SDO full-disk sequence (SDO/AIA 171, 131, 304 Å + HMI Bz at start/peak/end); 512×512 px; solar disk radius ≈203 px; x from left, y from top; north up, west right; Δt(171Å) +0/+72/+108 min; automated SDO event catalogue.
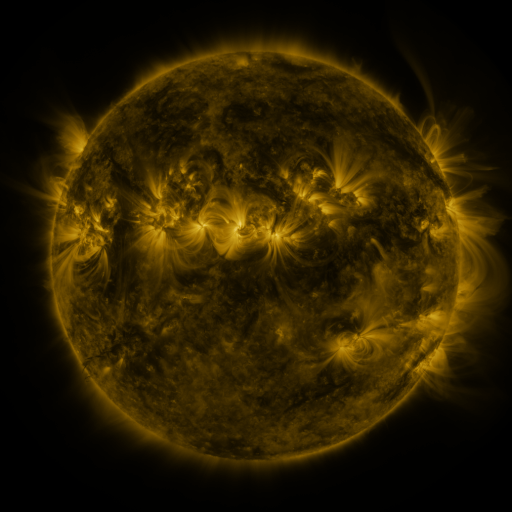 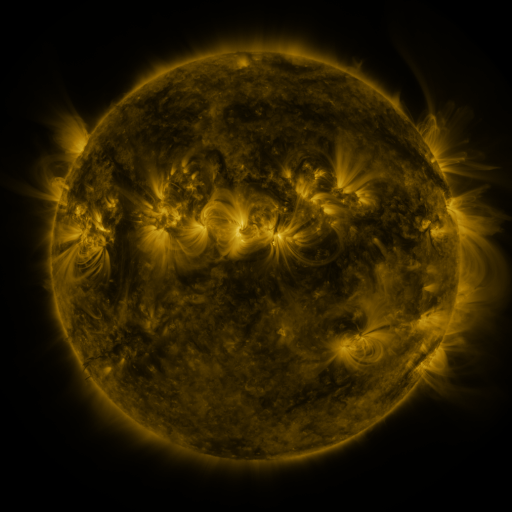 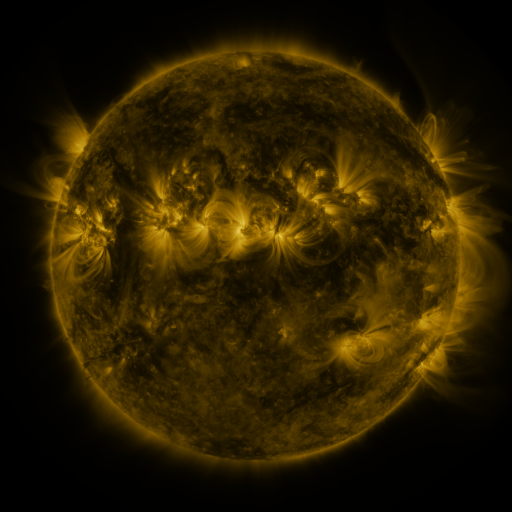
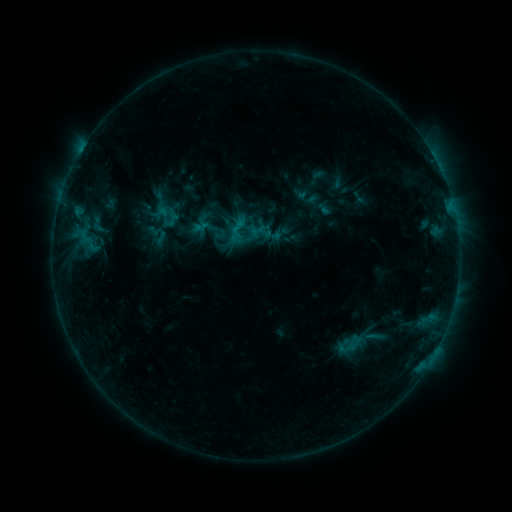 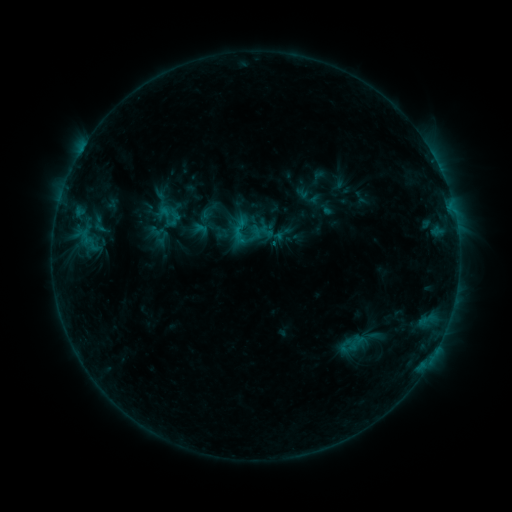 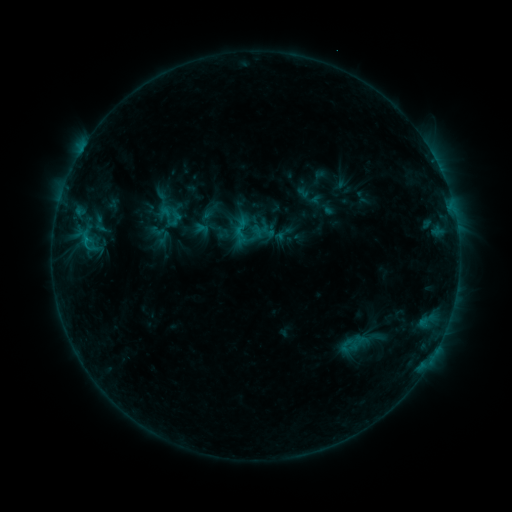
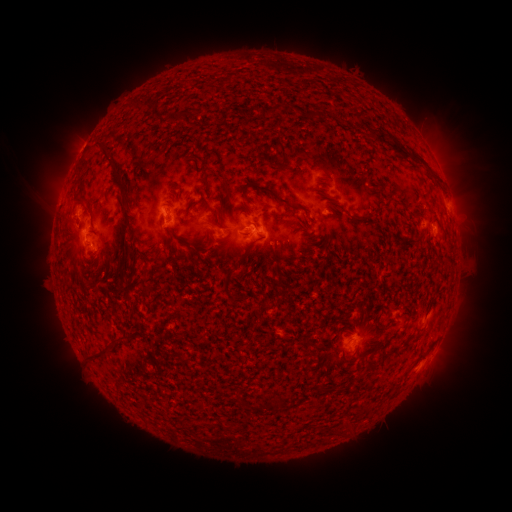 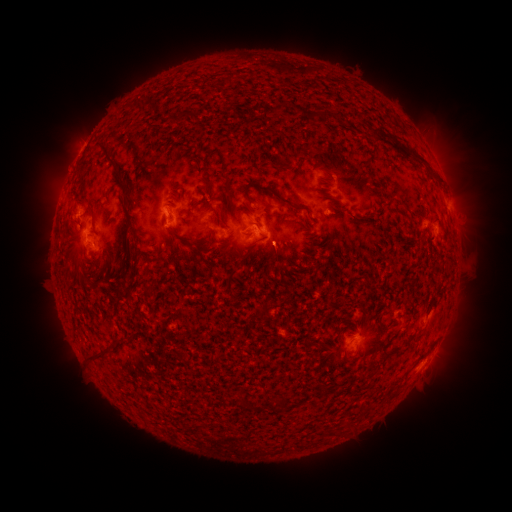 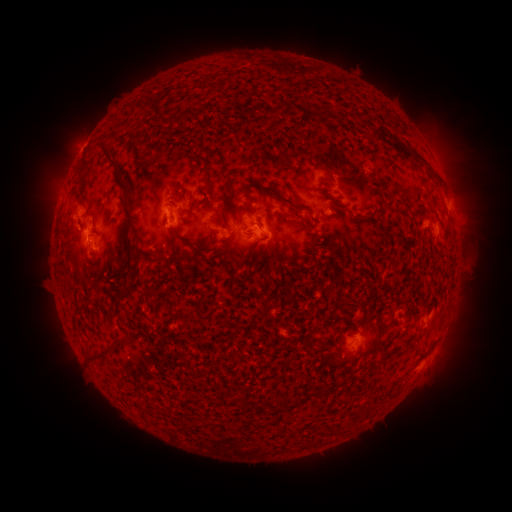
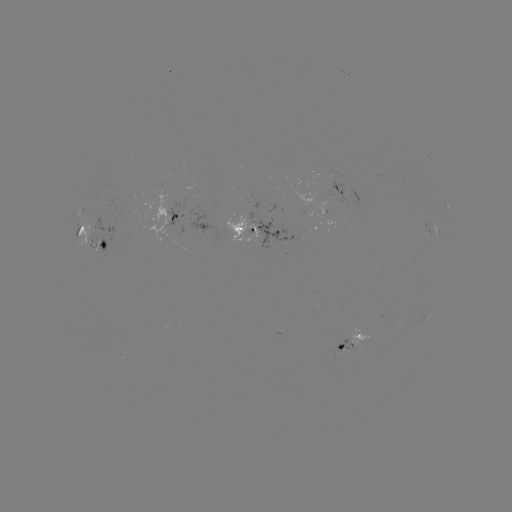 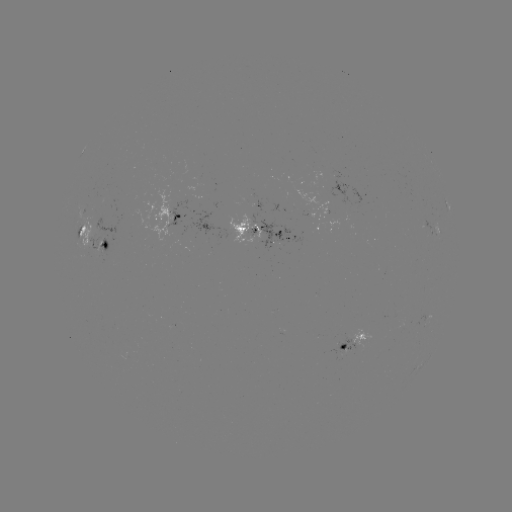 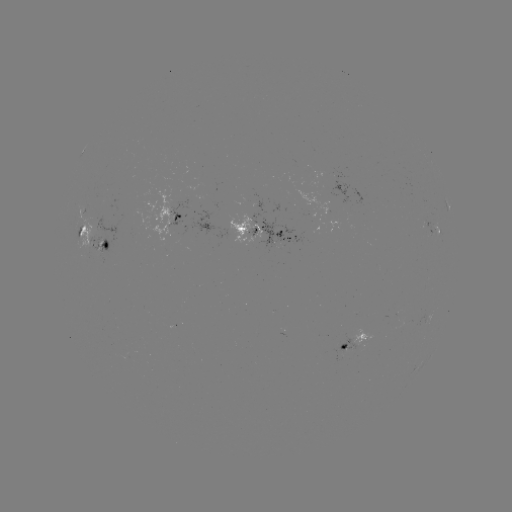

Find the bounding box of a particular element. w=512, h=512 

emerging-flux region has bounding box [80, 215, 100, 253].